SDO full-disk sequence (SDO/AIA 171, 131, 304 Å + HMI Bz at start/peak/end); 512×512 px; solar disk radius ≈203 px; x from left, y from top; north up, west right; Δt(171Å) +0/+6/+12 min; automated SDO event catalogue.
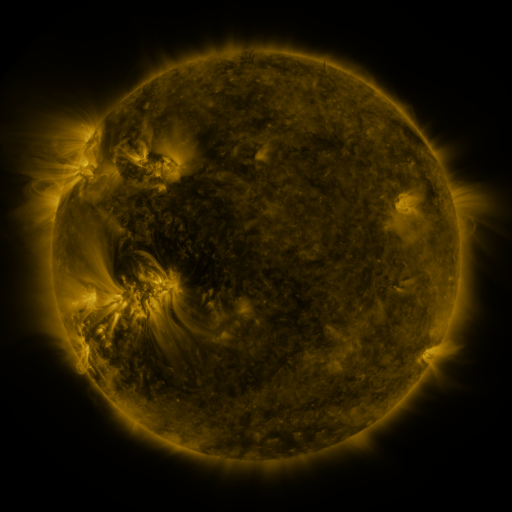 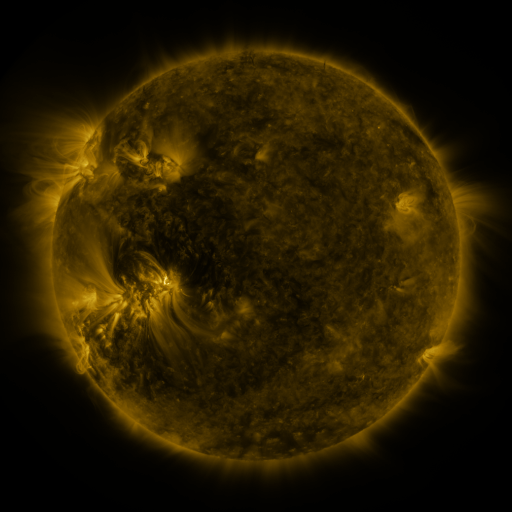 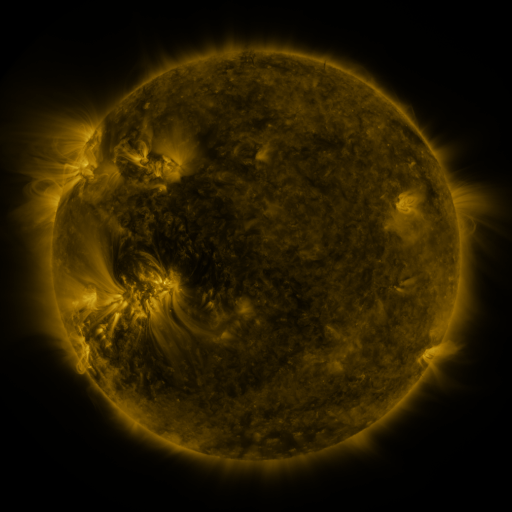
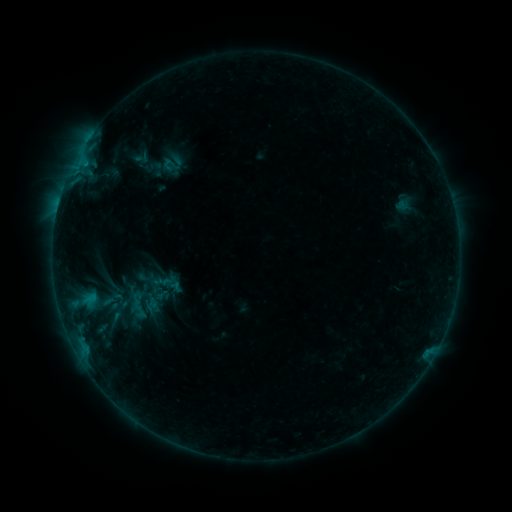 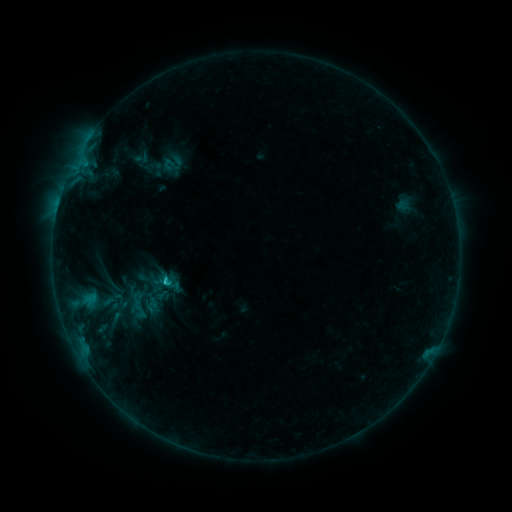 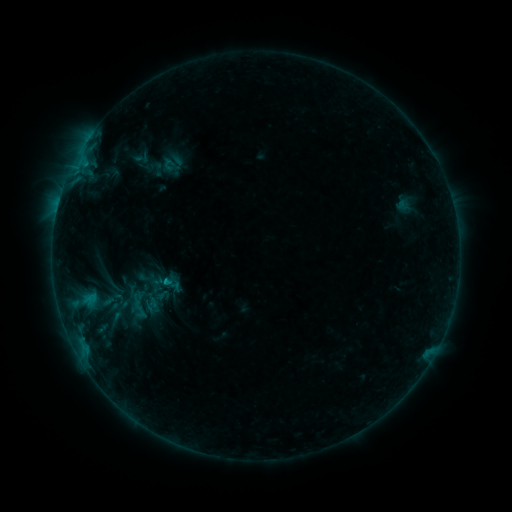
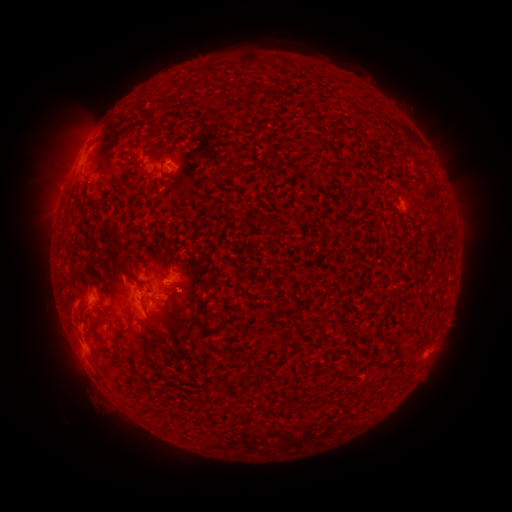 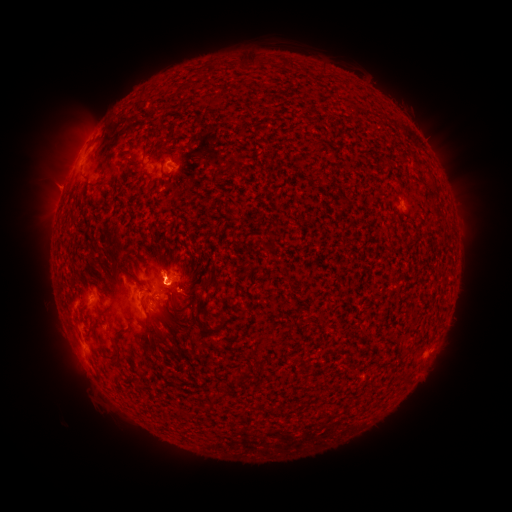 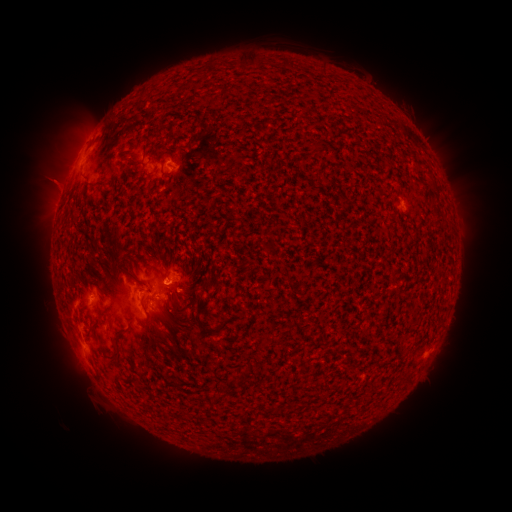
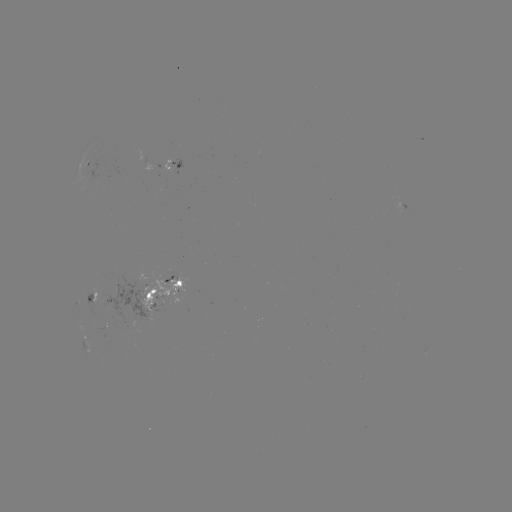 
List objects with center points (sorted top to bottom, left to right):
C1.0 flare: (168, 280)
